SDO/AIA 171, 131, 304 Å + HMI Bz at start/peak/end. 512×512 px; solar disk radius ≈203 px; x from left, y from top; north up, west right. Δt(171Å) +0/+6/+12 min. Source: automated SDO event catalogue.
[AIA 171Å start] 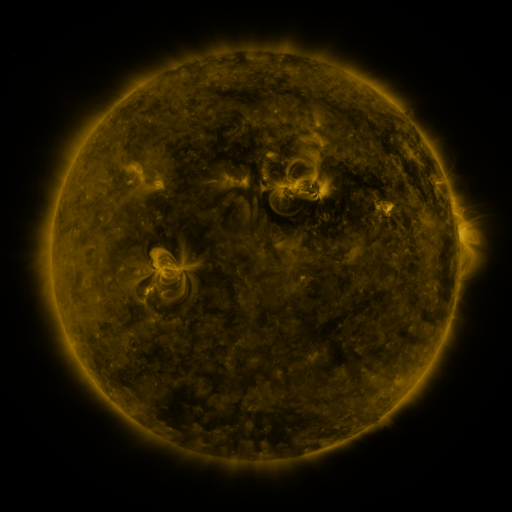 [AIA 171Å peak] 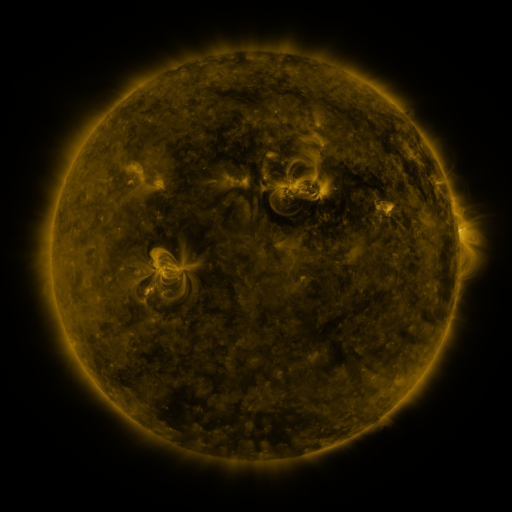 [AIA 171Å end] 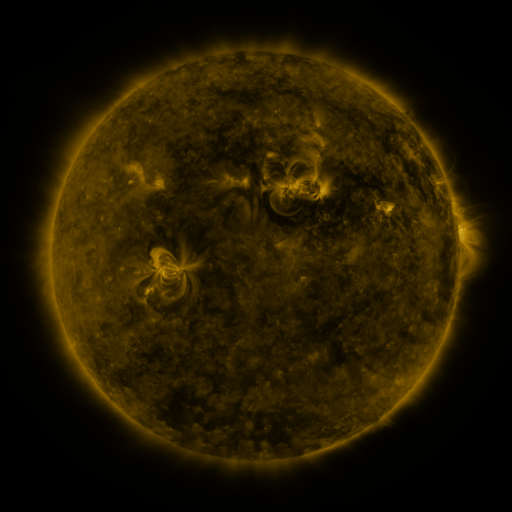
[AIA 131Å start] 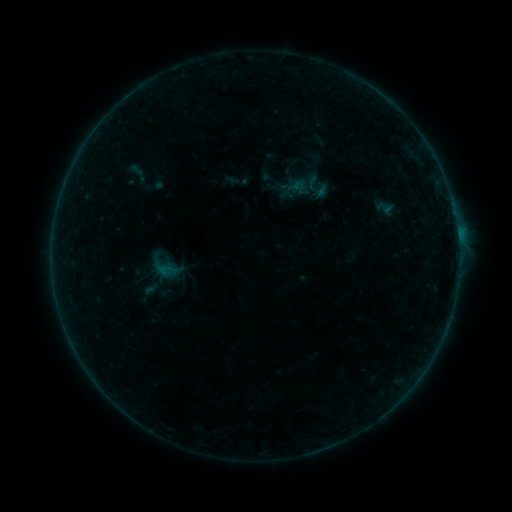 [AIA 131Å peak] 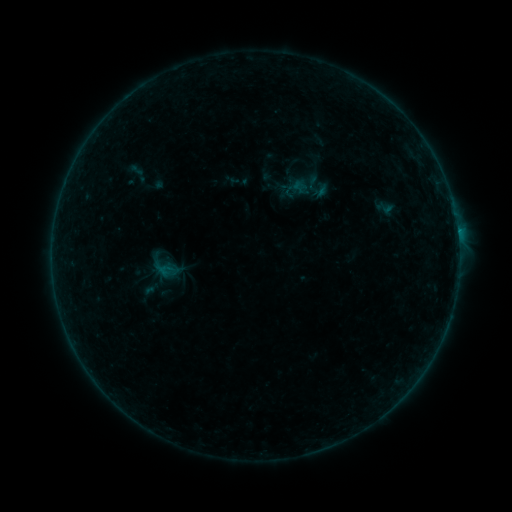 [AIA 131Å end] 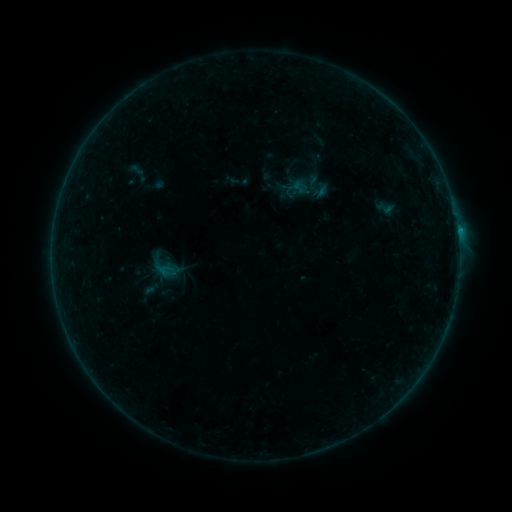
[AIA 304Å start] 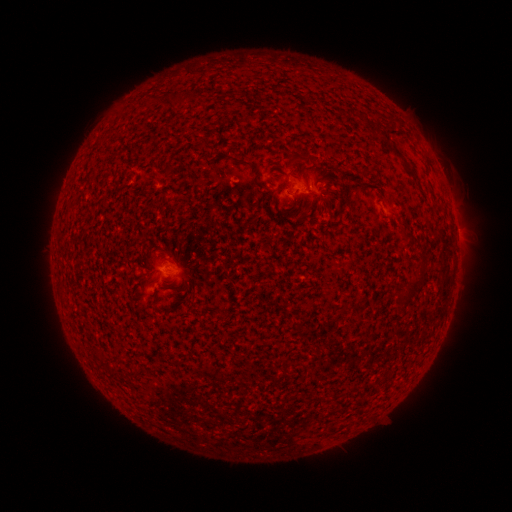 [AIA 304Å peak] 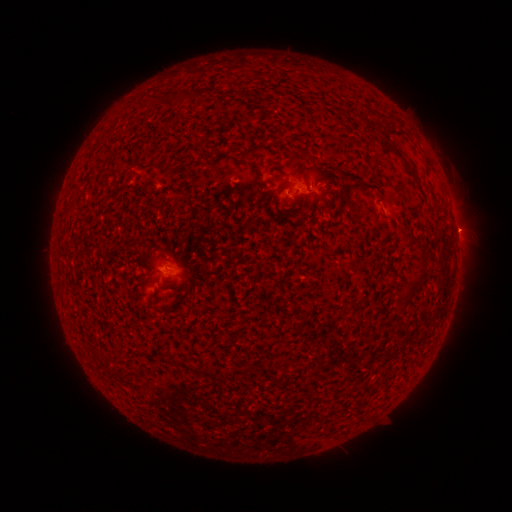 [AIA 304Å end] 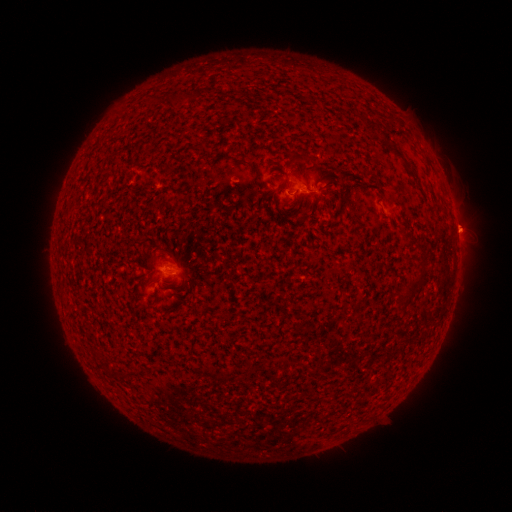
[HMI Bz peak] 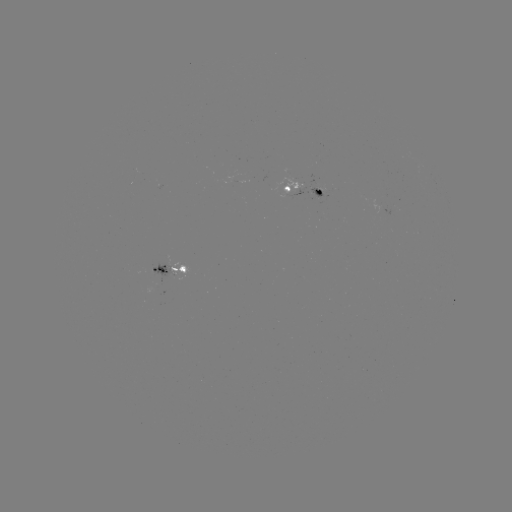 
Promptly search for eruption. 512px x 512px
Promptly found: (460, 227).